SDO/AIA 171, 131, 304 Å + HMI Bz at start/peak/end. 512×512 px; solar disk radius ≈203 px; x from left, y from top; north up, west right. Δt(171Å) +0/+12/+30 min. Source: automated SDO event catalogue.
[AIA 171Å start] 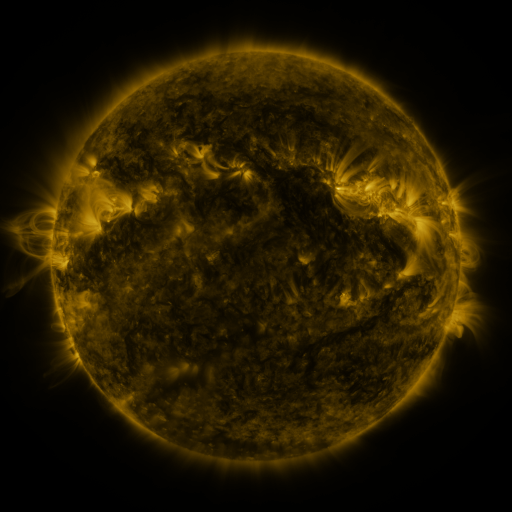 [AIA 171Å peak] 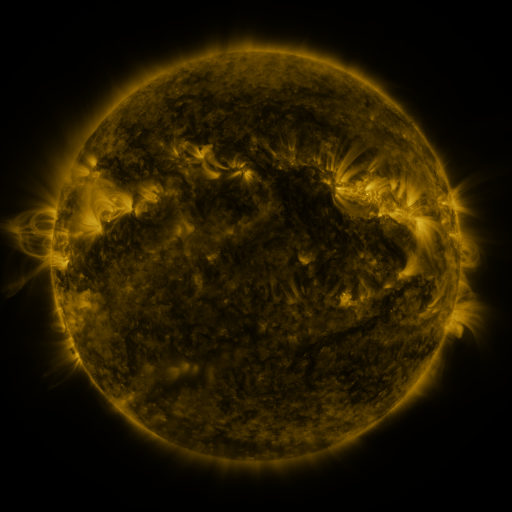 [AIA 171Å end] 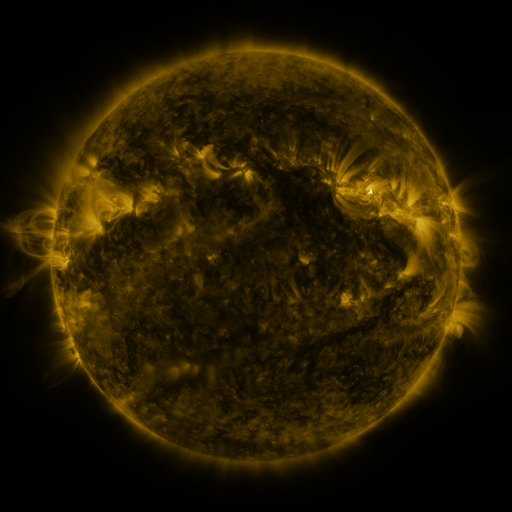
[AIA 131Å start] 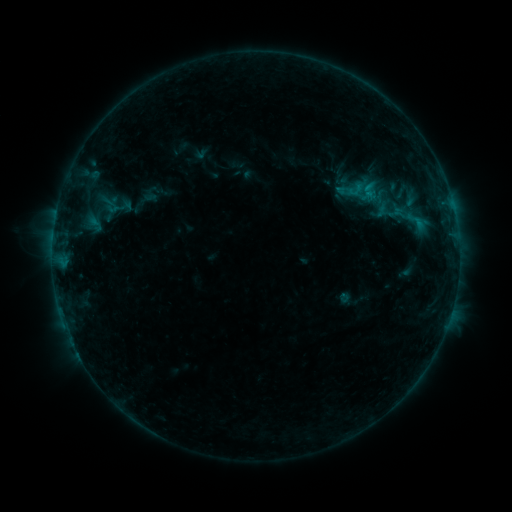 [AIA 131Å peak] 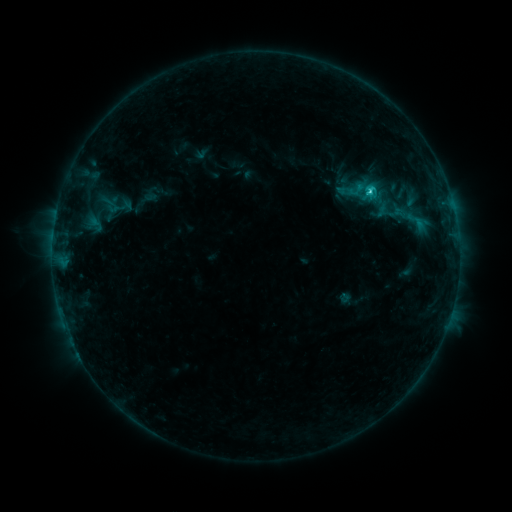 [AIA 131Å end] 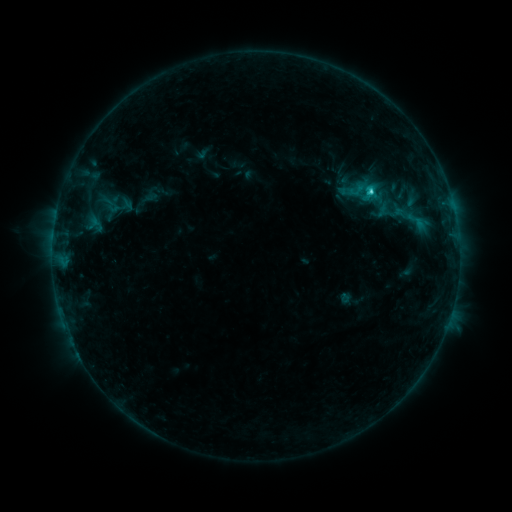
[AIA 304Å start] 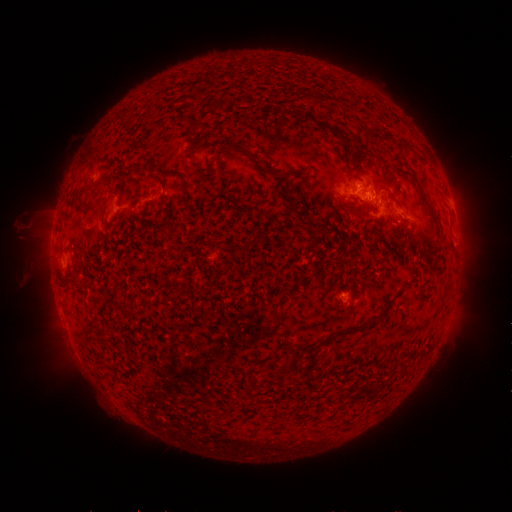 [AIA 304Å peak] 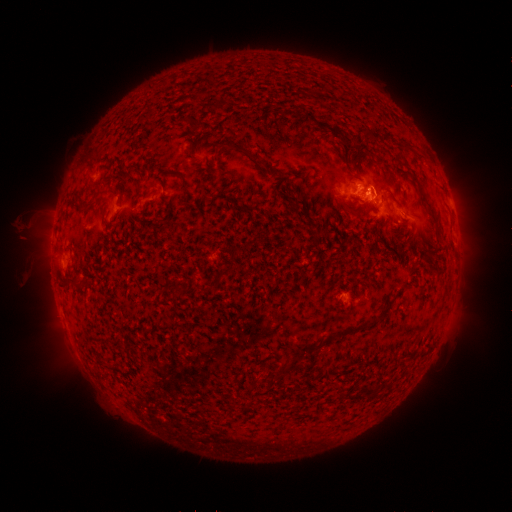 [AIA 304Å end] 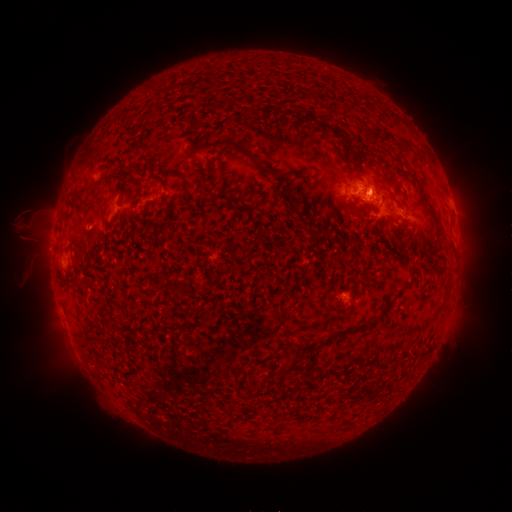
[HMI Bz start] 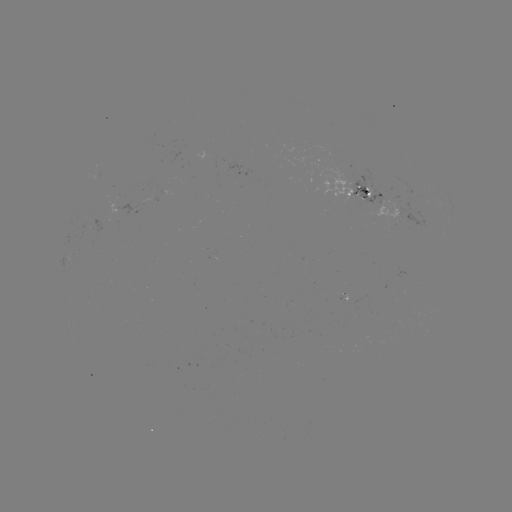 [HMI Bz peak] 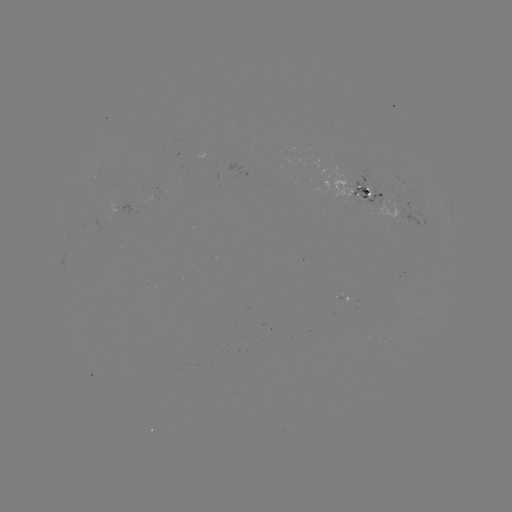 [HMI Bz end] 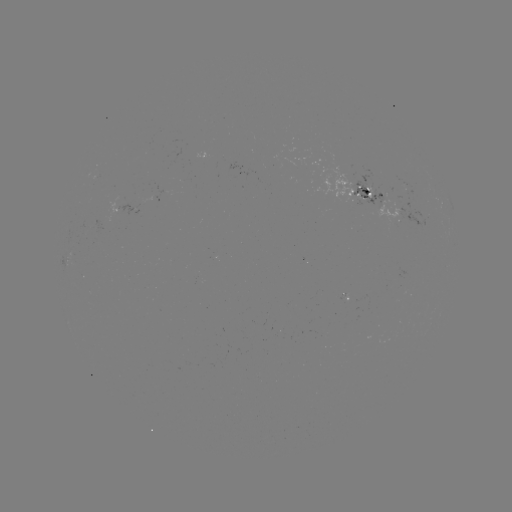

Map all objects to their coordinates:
C2.5 flare: (370, 194)
